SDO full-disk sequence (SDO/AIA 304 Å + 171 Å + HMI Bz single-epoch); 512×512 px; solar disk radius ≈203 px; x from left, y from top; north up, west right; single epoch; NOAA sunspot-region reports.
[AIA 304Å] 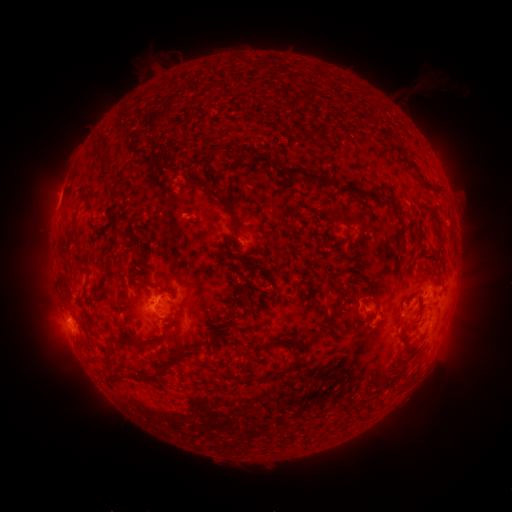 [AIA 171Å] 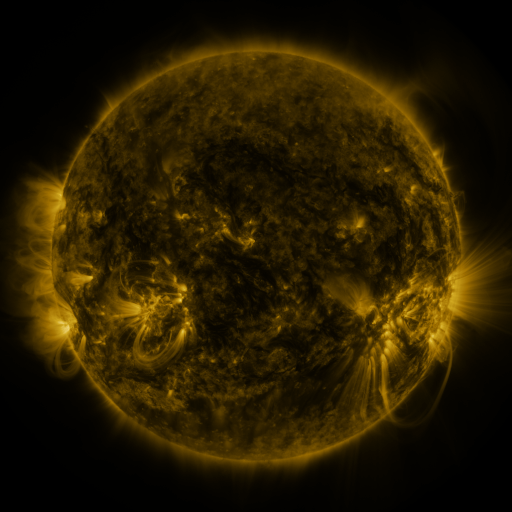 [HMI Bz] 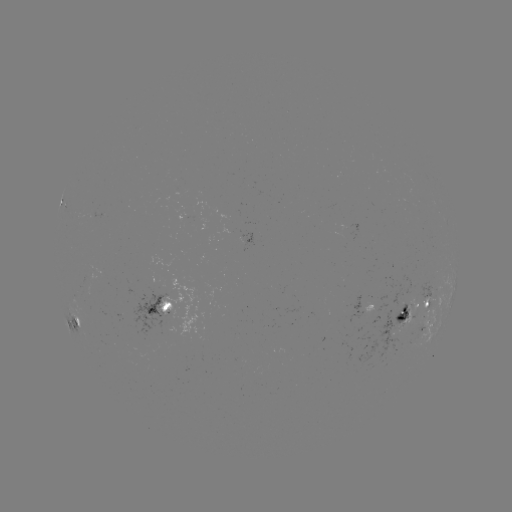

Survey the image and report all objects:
spotted active region: (162, 307)
spotted active region: (420, 312)
spotted active region: (77, 324)
